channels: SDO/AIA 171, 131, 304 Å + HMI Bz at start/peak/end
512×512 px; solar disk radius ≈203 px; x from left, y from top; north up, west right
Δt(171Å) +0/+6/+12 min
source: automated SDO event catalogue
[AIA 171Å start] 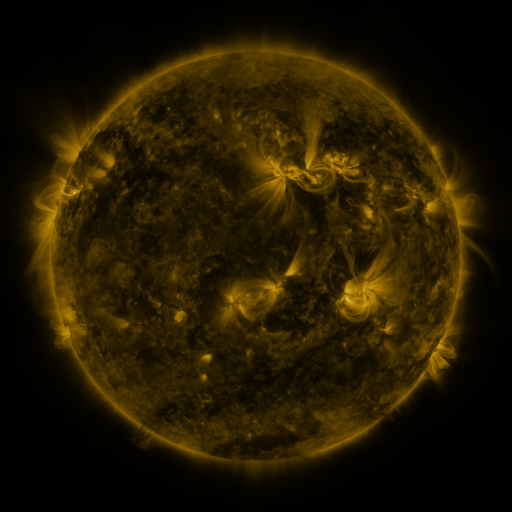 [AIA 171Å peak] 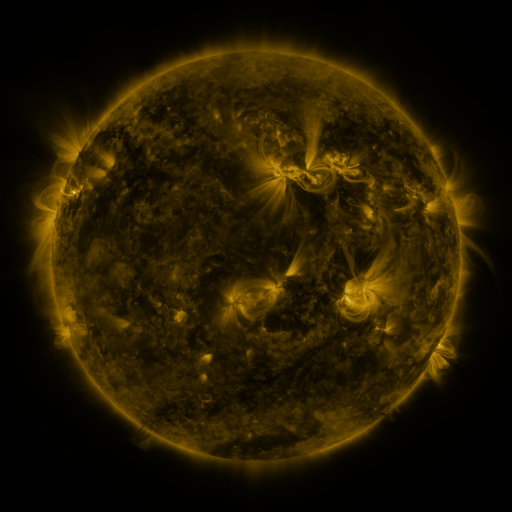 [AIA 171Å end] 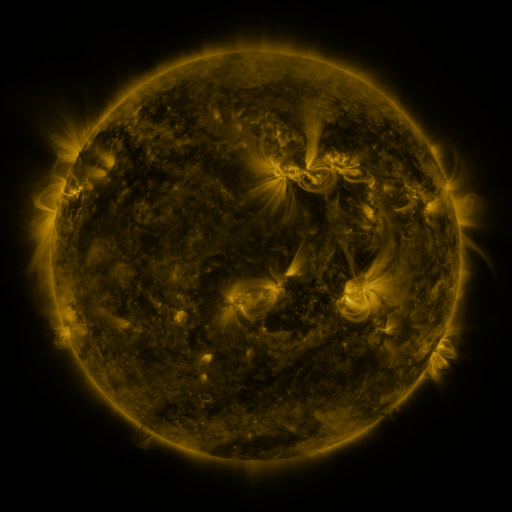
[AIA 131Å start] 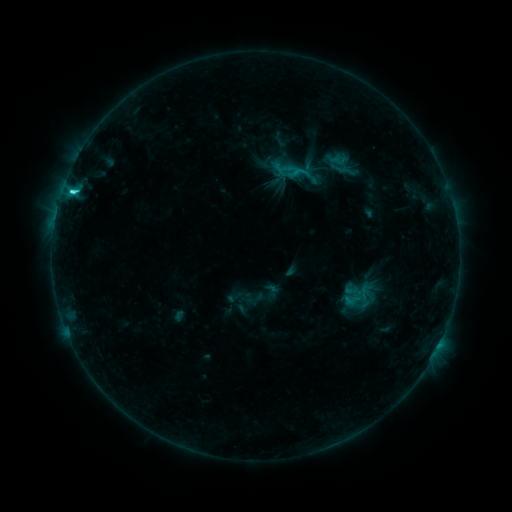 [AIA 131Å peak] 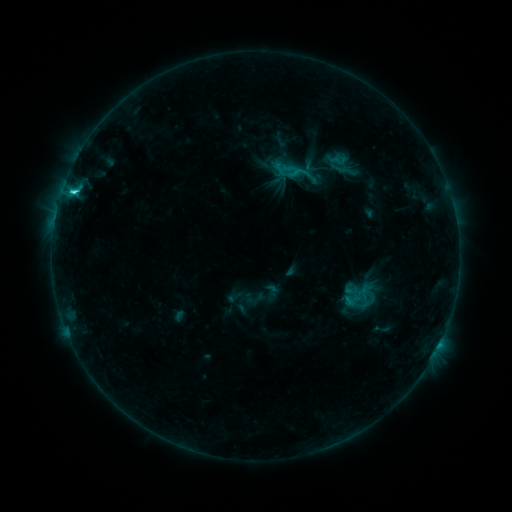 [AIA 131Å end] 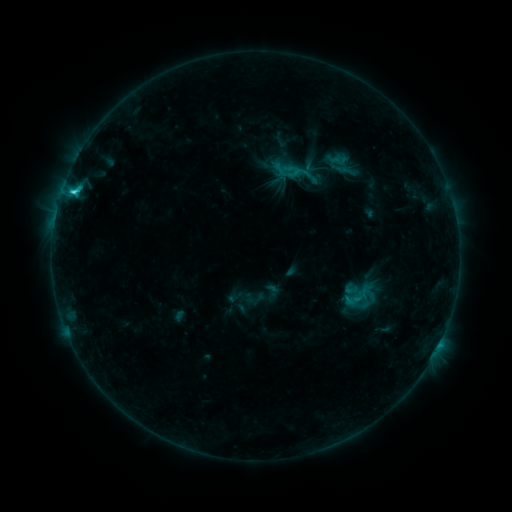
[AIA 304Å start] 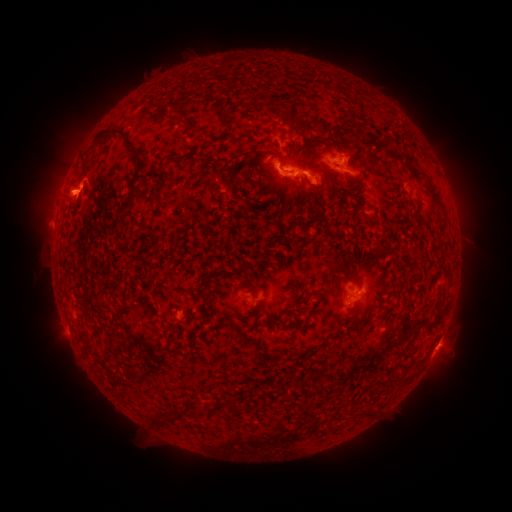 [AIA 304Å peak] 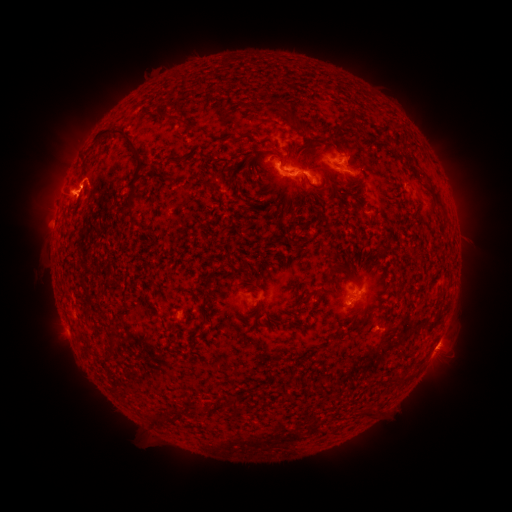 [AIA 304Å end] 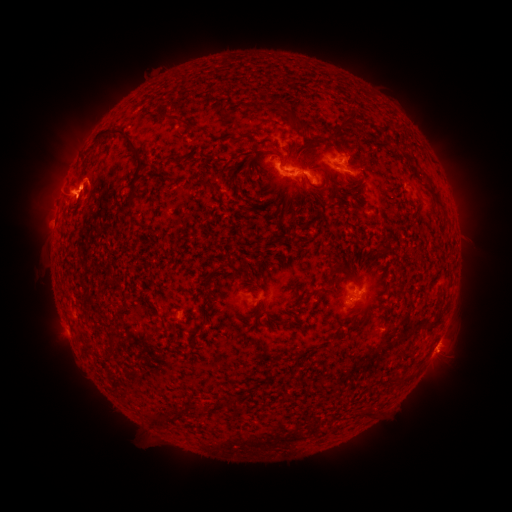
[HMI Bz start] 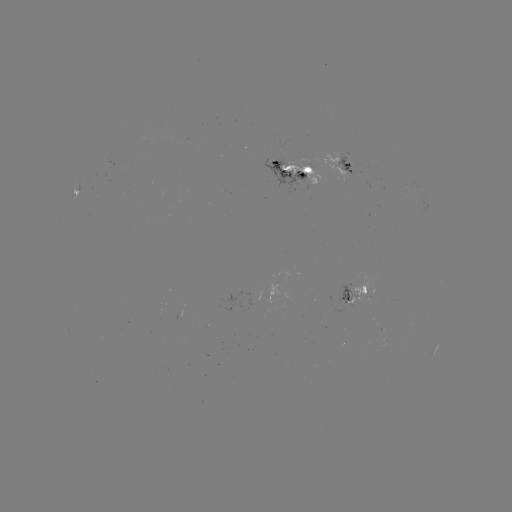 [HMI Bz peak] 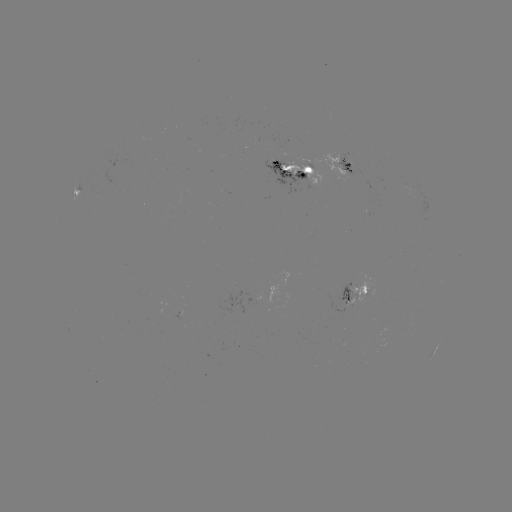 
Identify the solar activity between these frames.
eruption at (87, 183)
